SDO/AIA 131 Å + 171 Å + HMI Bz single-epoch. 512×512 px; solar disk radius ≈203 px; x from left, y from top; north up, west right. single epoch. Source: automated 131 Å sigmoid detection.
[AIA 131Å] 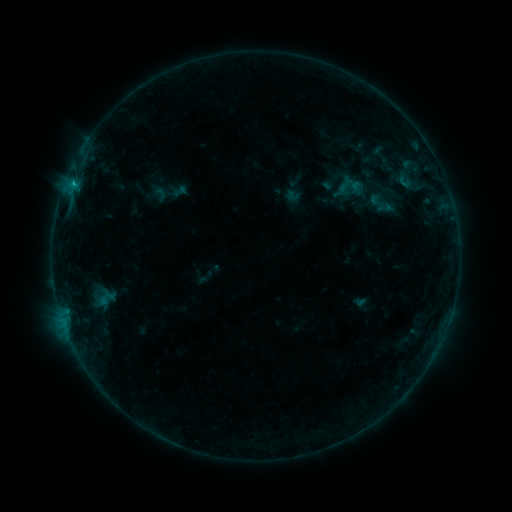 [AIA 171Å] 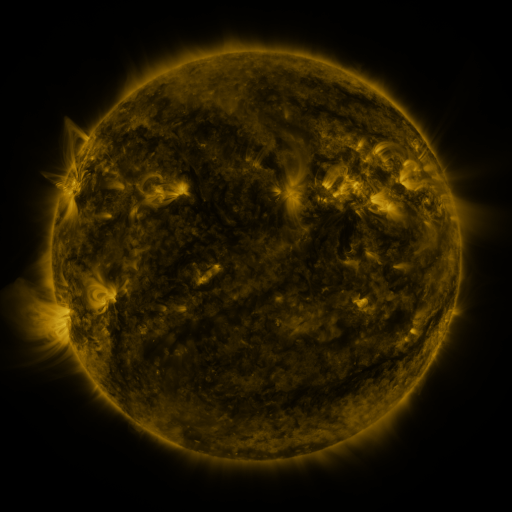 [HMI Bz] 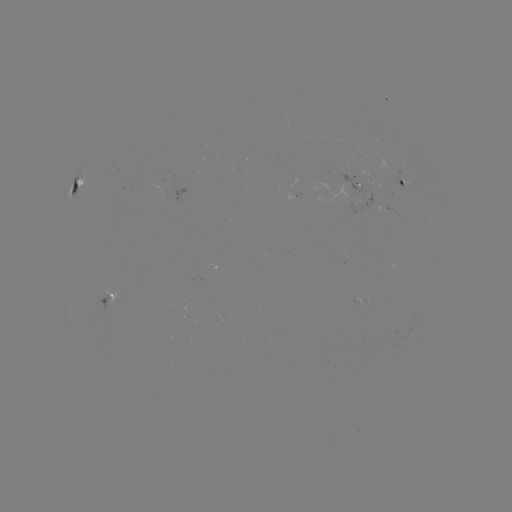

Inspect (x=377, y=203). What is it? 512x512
sigmoid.